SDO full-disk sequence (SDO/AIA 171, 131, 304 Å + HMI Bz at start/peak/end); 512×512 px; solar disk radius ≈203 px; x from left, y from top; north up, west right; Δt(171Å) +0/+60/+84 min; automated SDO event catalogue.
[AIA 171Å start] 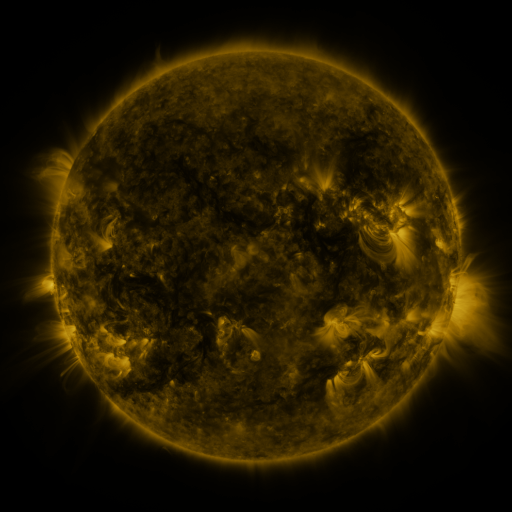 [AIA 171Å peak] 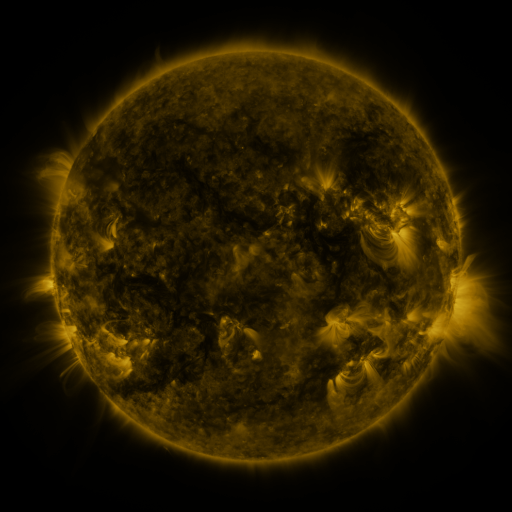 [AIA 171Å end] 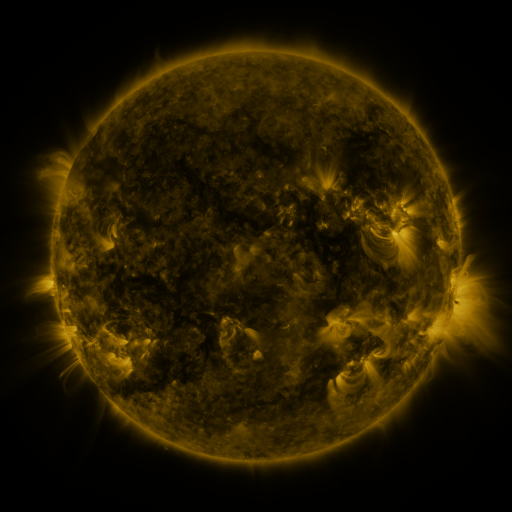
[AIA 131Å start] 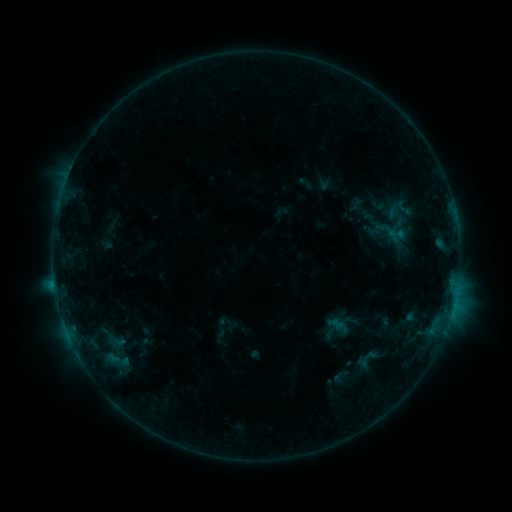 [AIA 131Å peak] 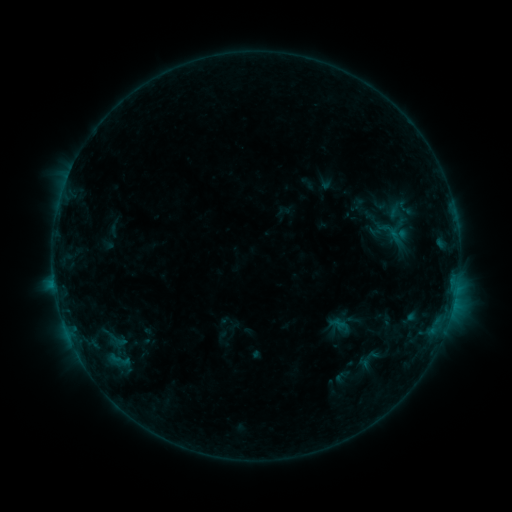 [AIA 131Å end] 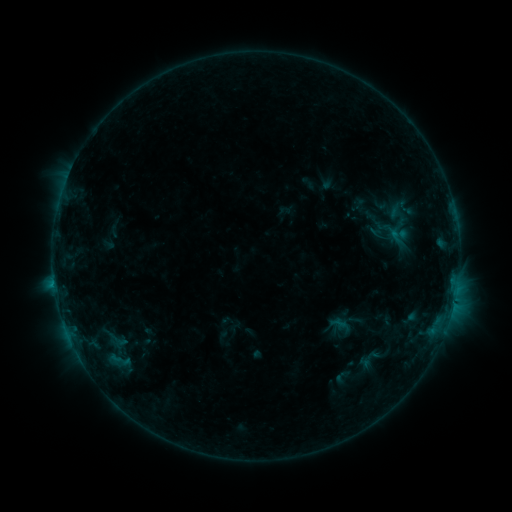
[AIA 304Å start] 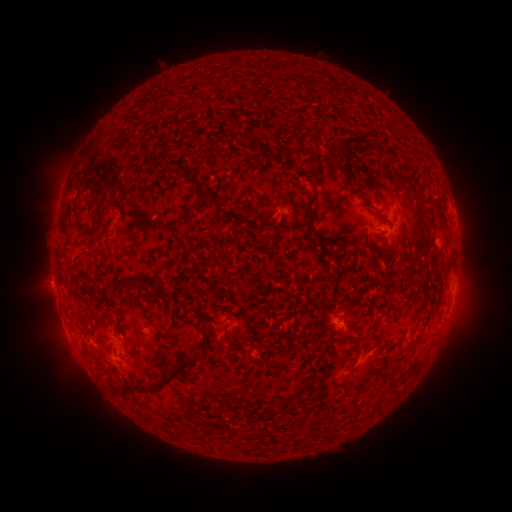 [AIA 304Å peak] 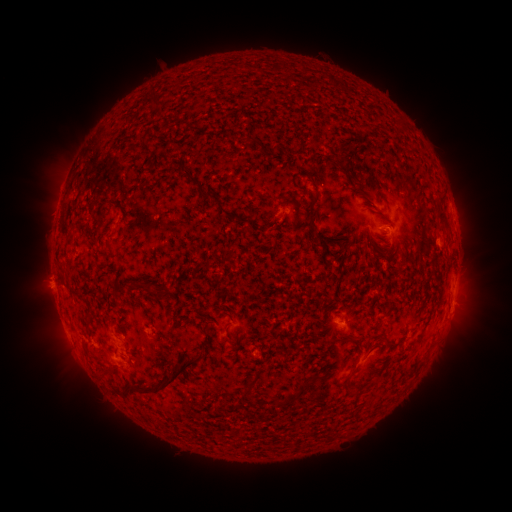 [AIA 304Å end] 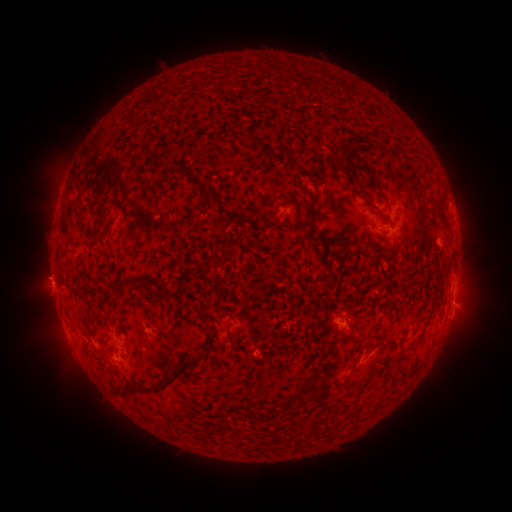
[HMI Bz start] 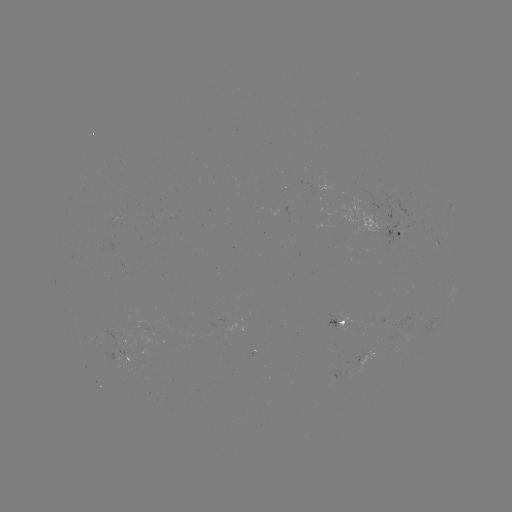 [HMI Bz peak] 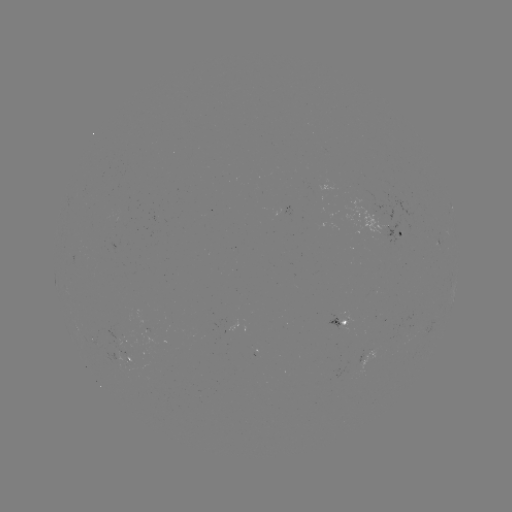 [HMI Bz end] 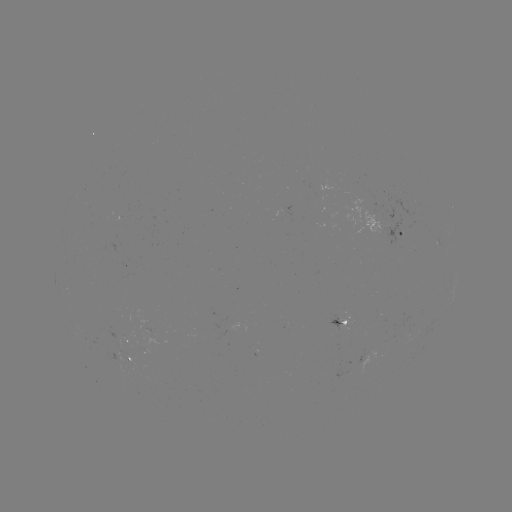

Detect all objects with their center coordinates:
emerging-flux region: (319, 187)
